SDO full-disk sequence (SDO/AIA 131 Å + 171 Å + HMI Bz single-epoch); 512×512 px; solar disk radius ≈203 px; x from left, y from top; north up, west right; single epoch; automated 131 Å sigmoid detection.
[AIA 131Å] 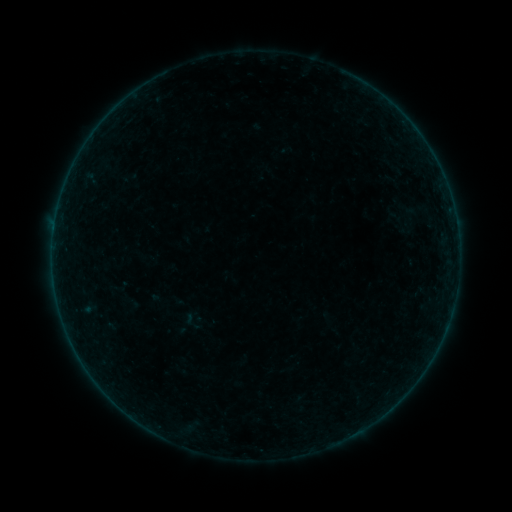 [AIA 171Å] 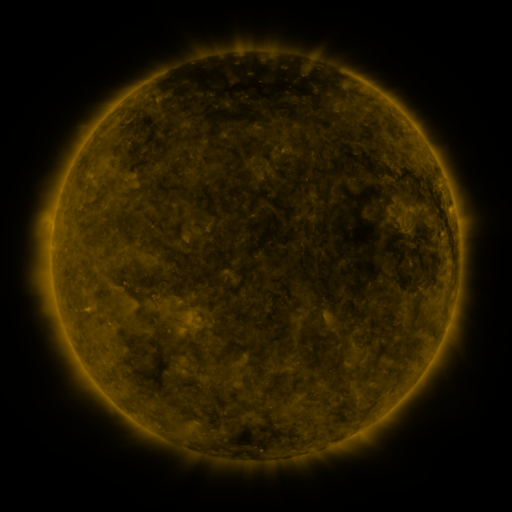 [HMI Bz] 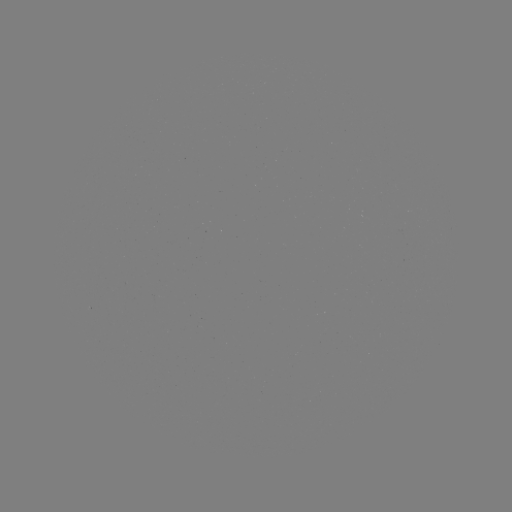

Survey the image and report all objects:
sigmoid: [390, 205, 430, 234]
sigmoid: [189, 315, 207, 331]
